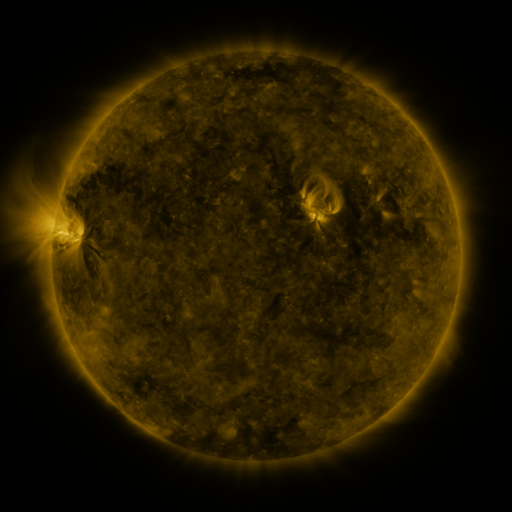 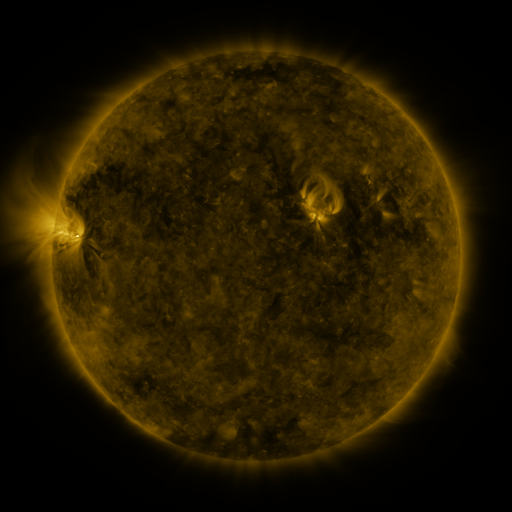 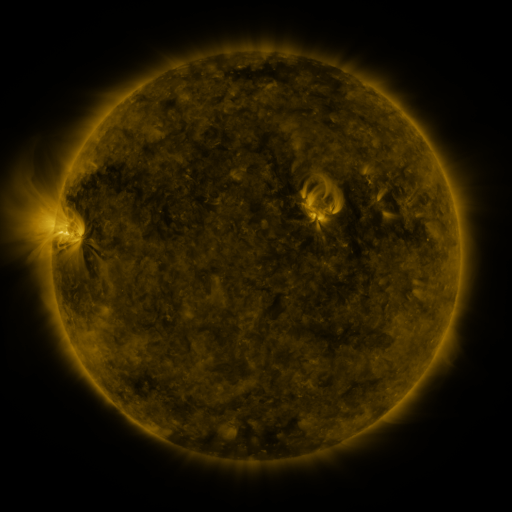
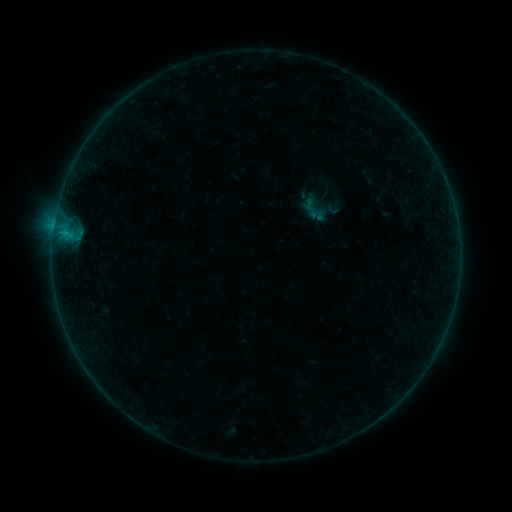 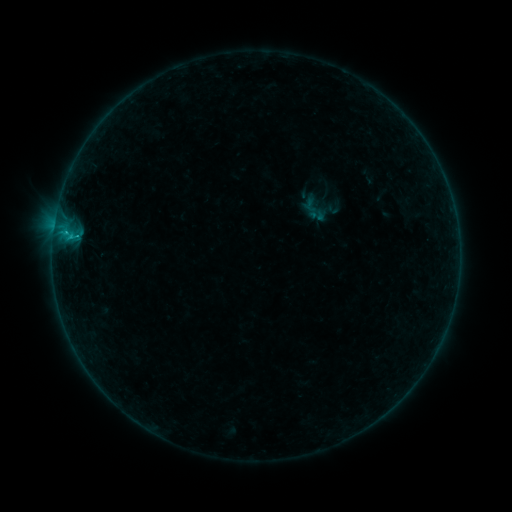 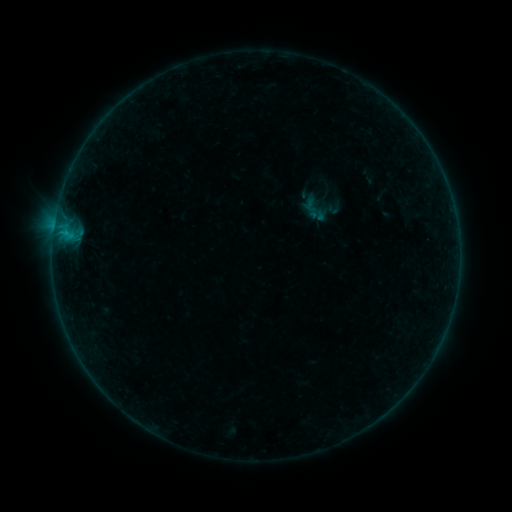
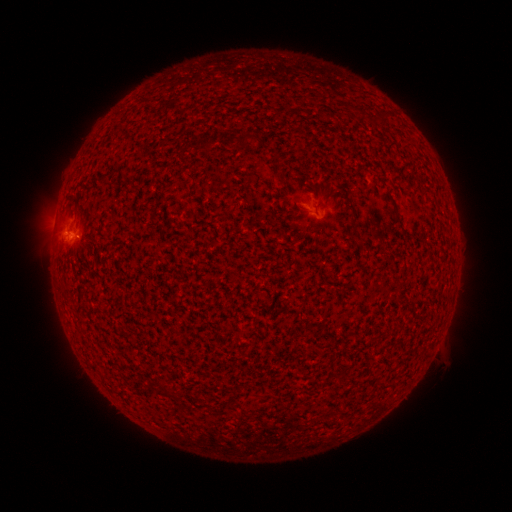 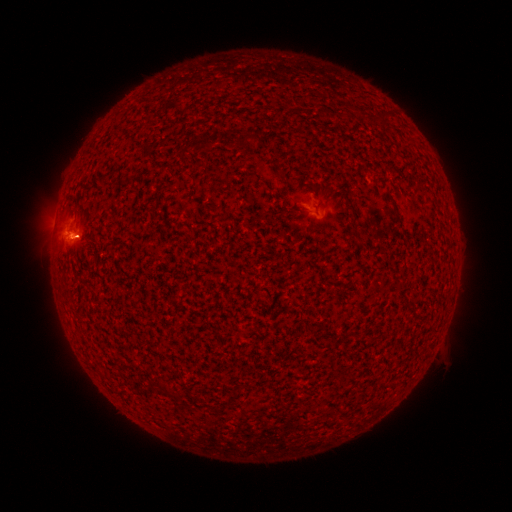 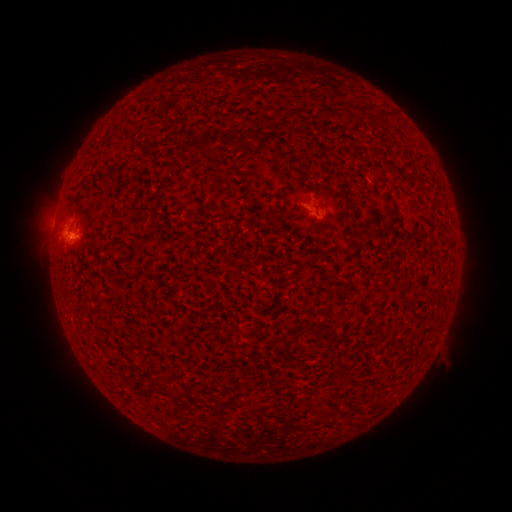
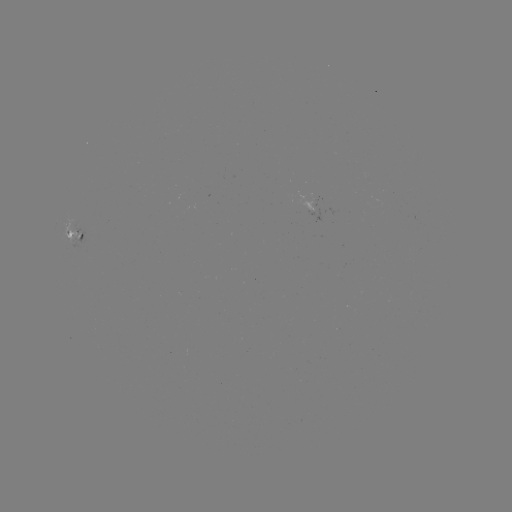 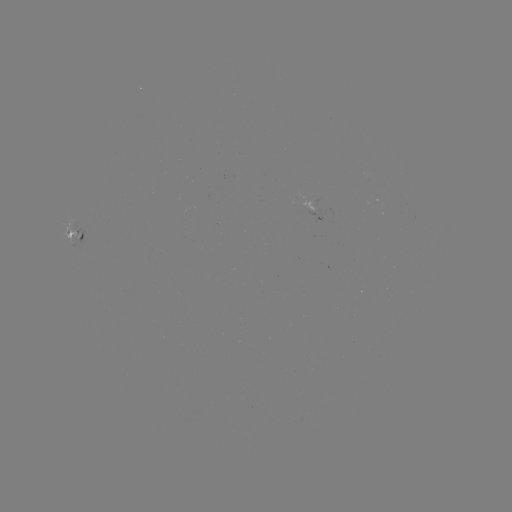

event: flare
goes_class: B4.6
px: (67, 234)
